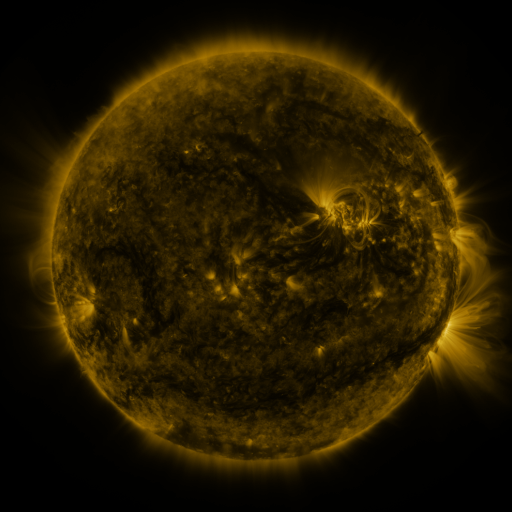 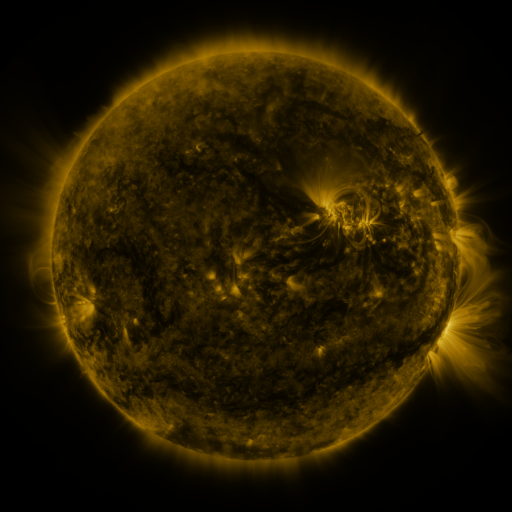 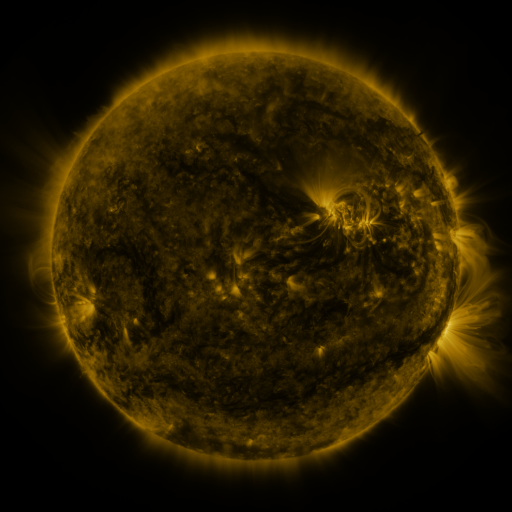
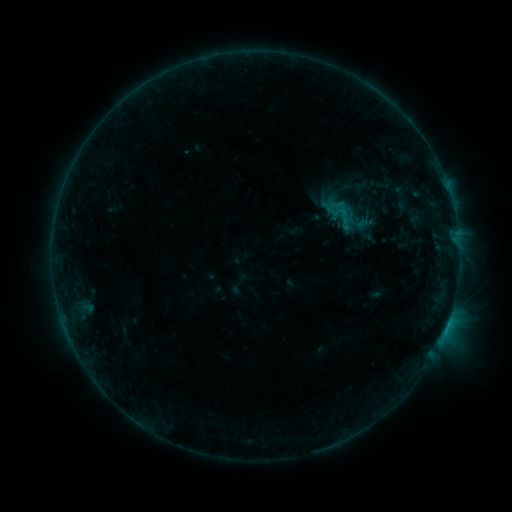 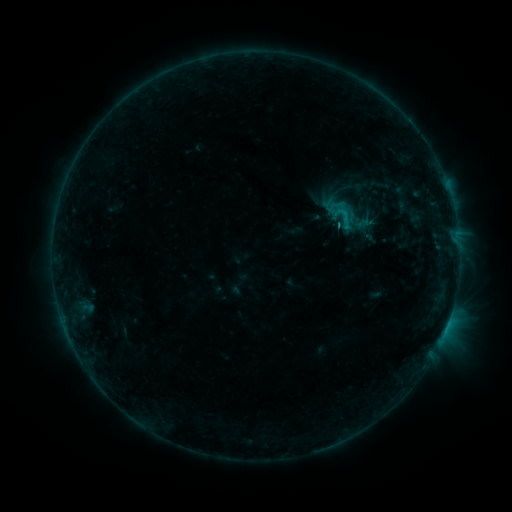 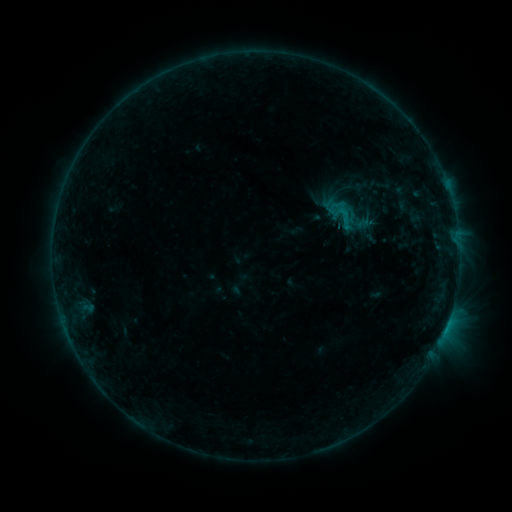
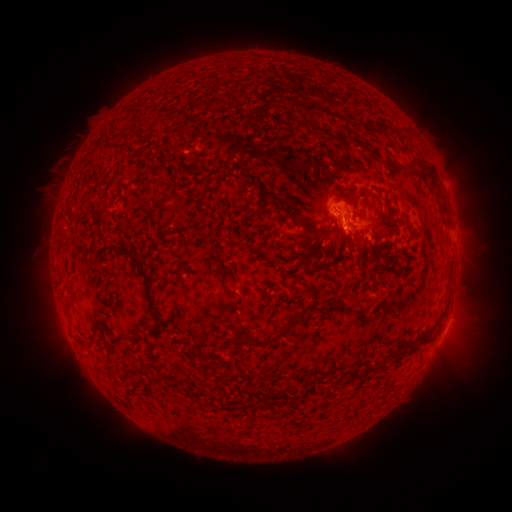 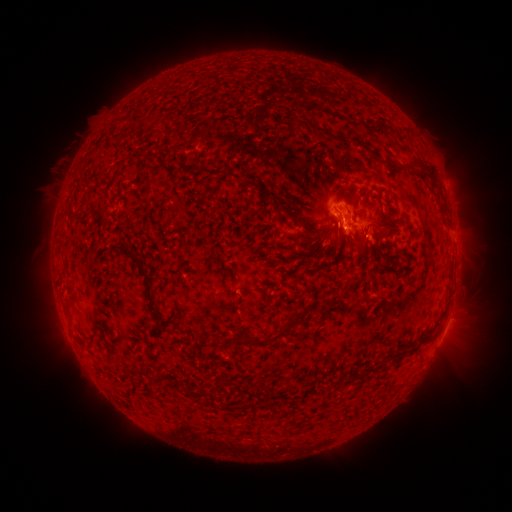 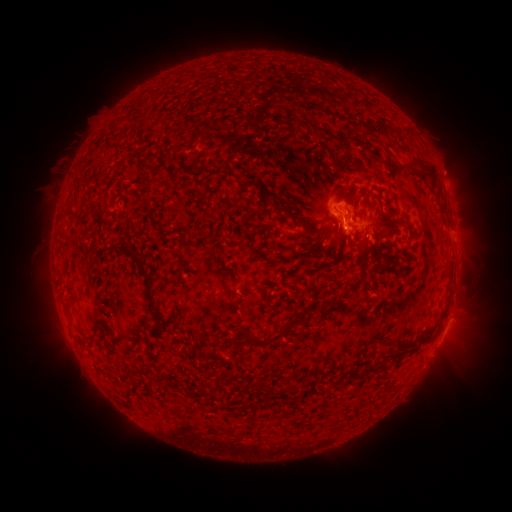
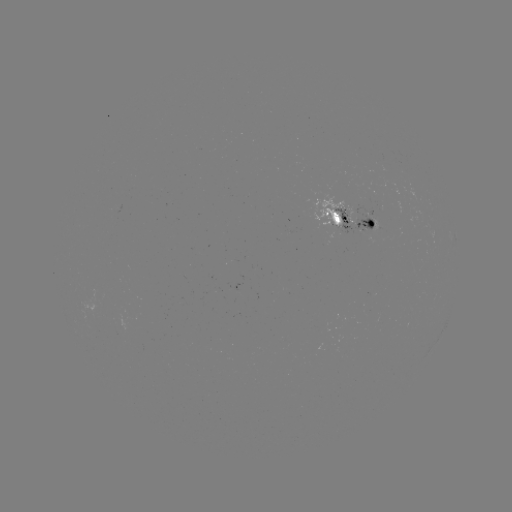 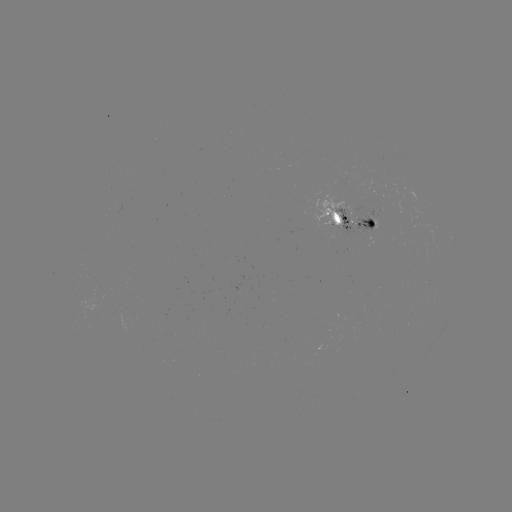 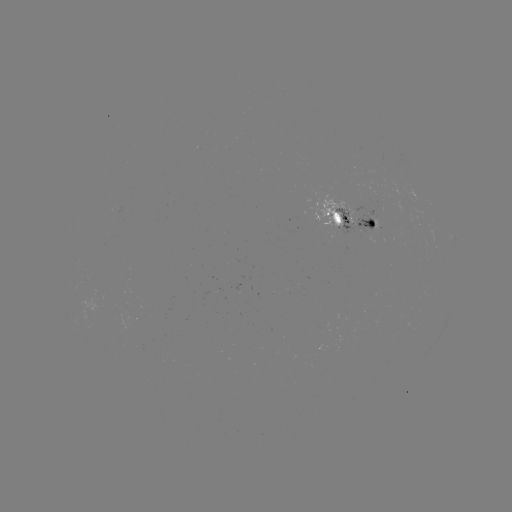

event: flare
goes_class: C1.0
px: (346, 219)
